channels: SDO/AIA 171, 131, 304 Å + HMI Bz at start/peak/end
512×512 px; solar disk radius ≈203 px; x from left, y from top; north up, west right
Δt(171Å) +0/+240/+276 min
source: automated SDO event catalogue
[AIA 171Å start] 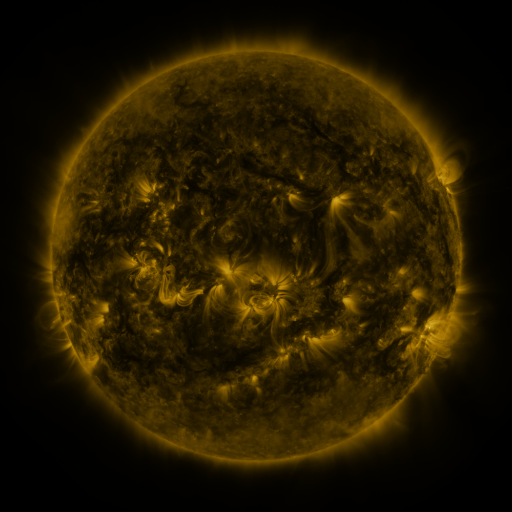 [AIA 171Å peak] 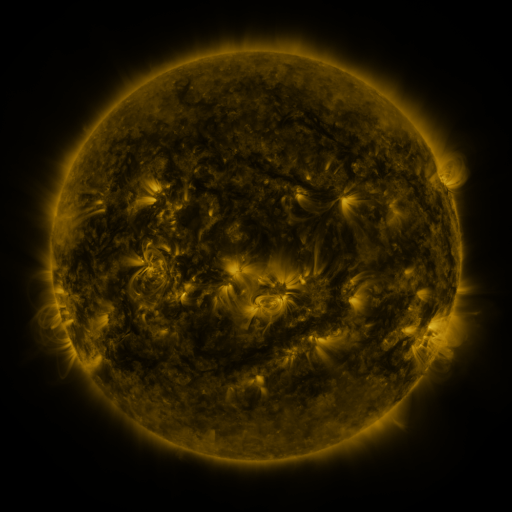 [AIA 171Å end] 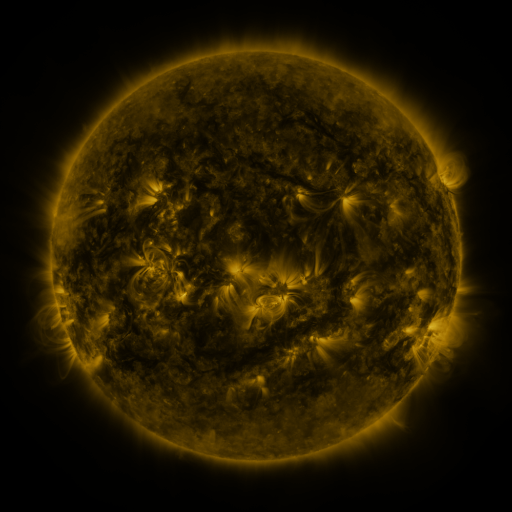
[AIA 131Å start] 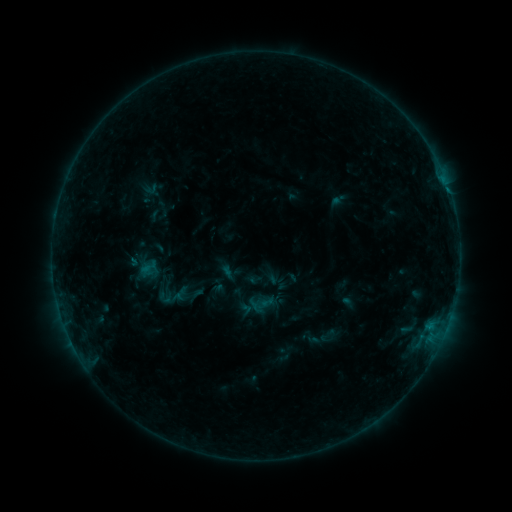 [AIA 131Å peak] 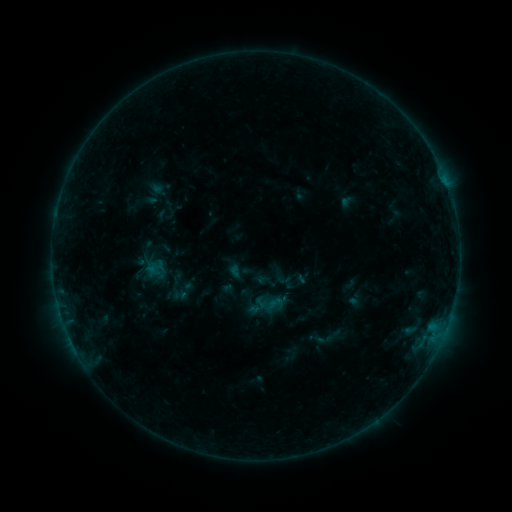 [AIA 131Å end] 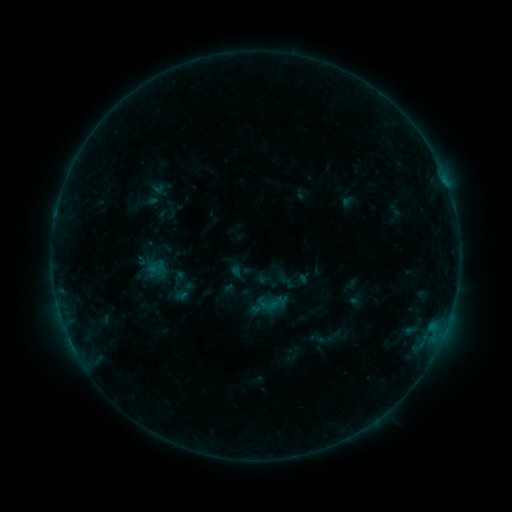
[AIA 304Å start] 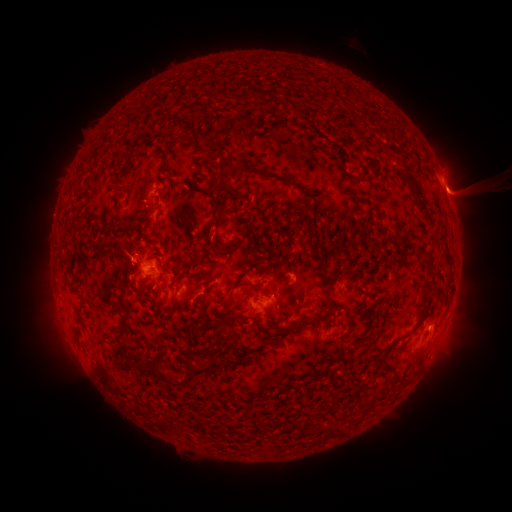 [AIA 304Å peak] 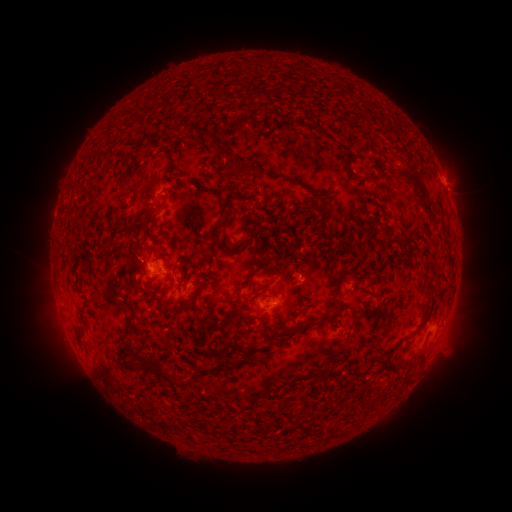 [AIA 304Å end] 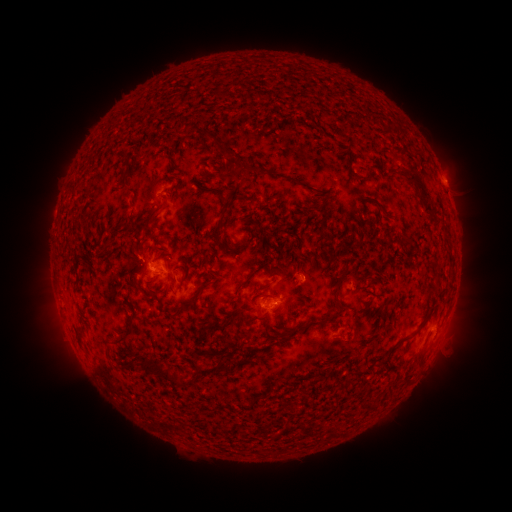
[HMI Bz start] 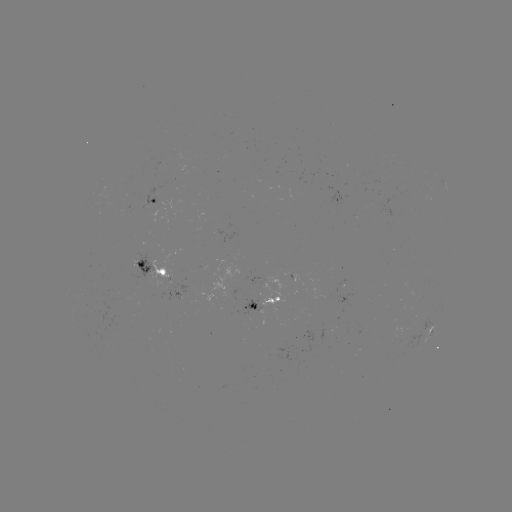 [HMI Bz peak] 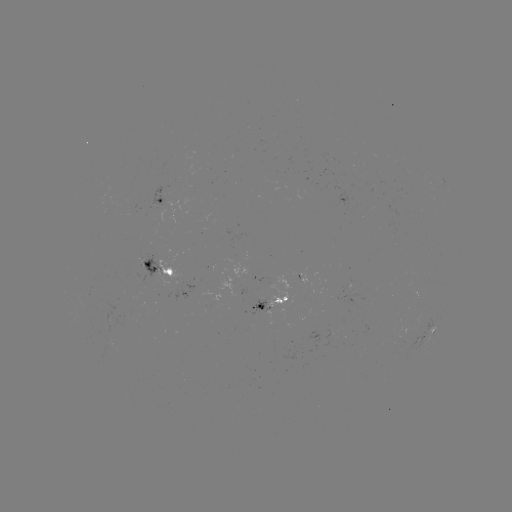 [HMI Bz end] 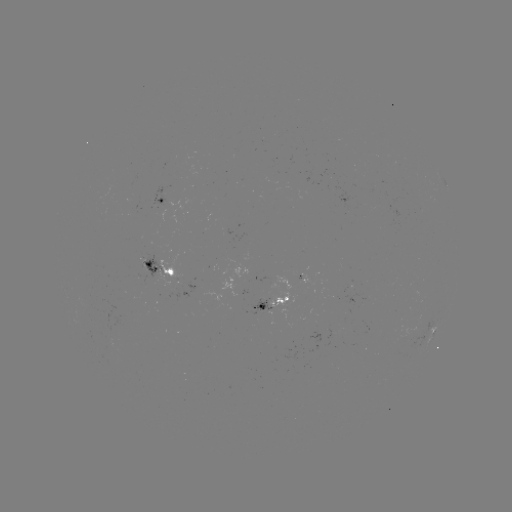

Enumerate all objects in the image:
emerging-flux region: (302, 272)
